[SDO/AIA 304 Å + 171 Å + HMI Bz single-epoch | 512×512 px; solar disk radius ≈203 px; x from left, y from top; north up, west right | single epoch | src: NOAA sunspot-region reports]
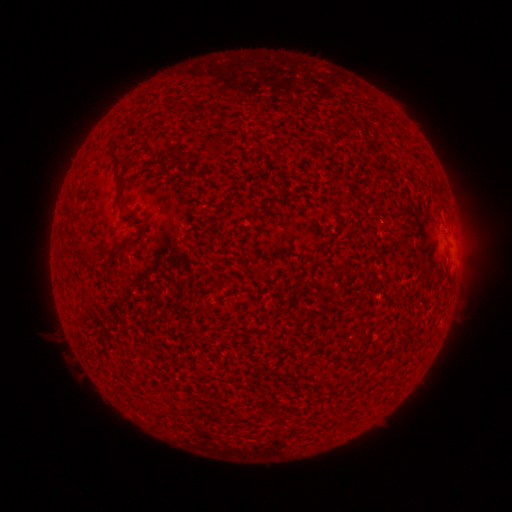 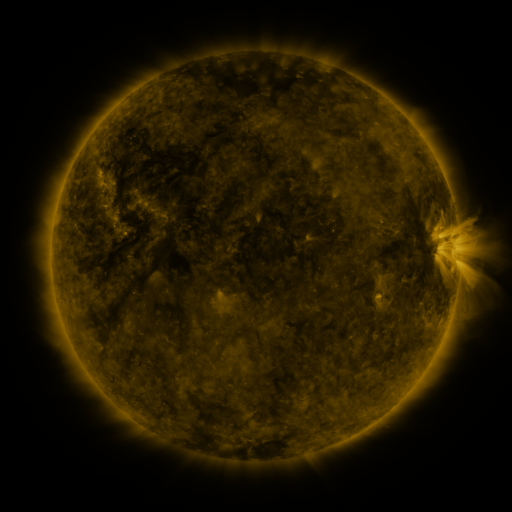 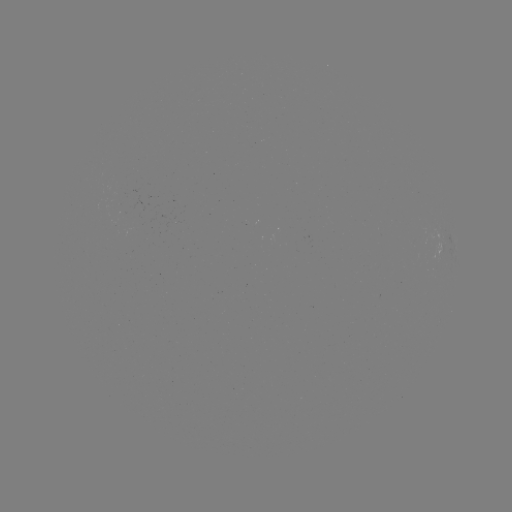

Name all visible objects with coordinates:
(none)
